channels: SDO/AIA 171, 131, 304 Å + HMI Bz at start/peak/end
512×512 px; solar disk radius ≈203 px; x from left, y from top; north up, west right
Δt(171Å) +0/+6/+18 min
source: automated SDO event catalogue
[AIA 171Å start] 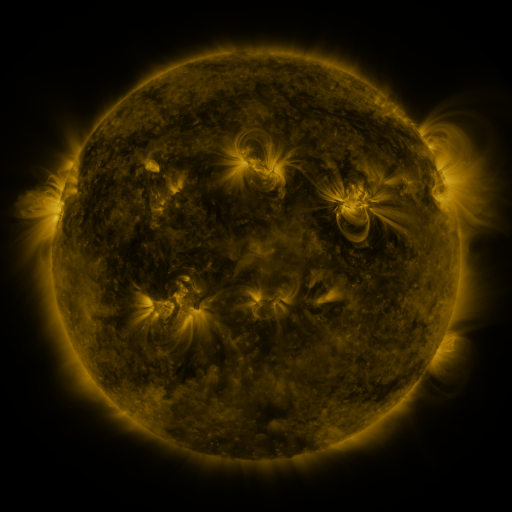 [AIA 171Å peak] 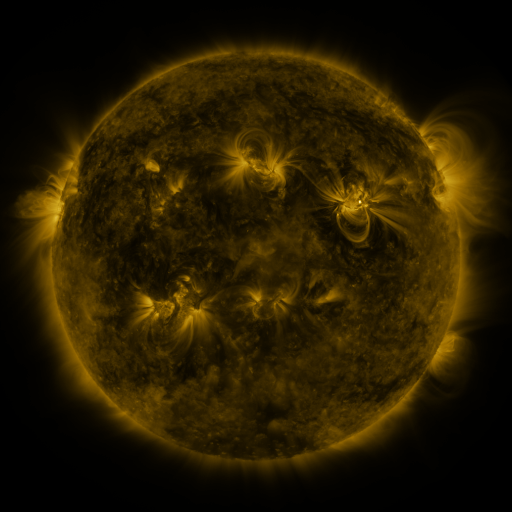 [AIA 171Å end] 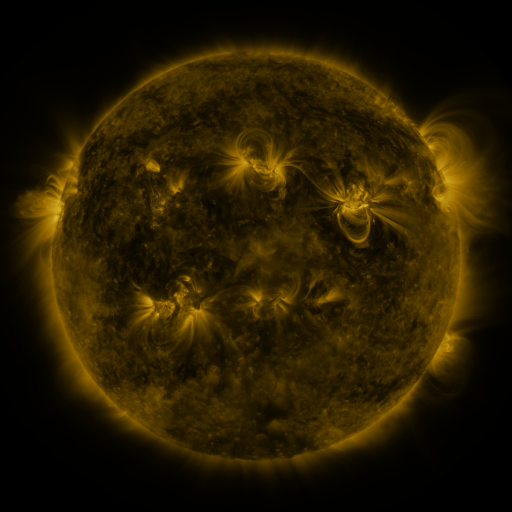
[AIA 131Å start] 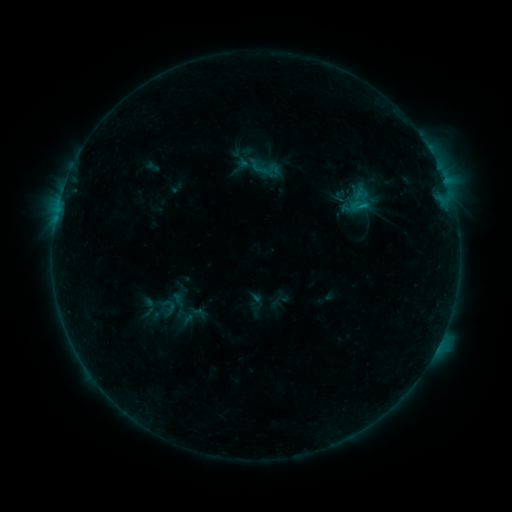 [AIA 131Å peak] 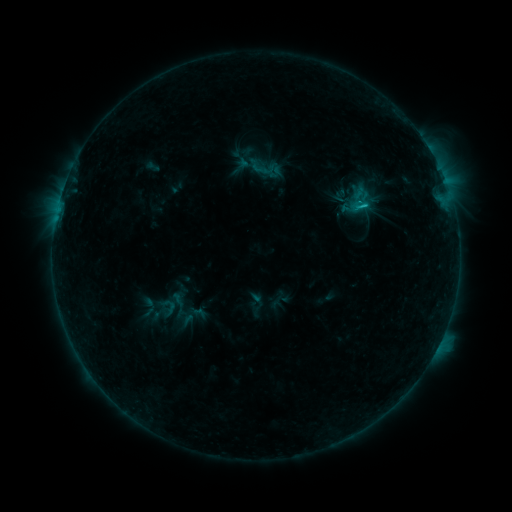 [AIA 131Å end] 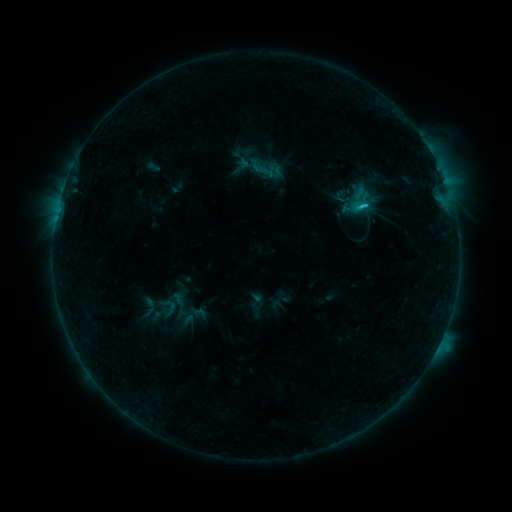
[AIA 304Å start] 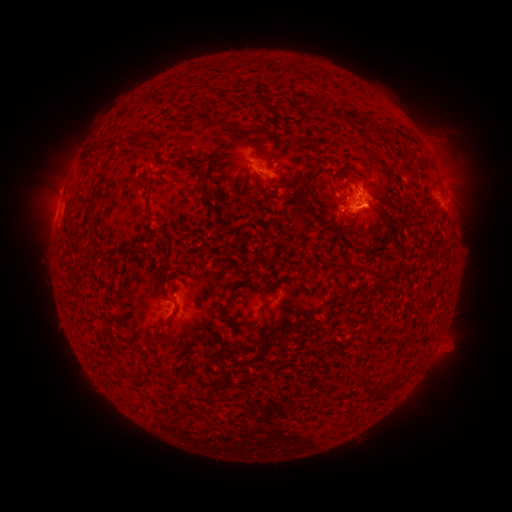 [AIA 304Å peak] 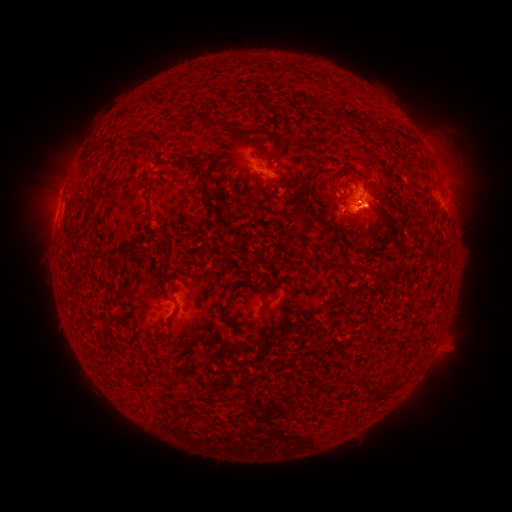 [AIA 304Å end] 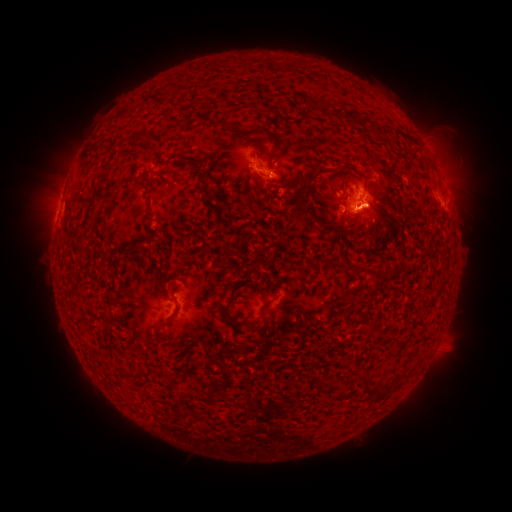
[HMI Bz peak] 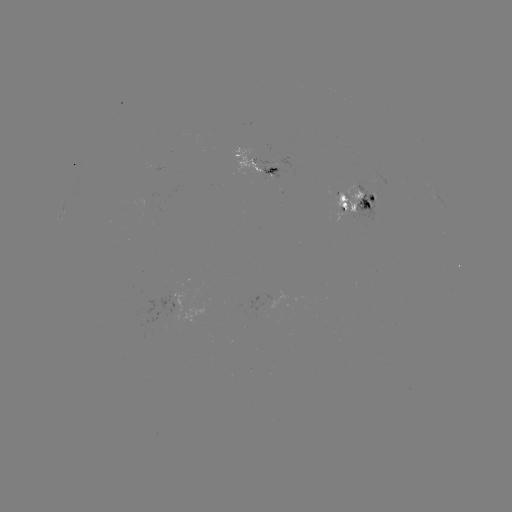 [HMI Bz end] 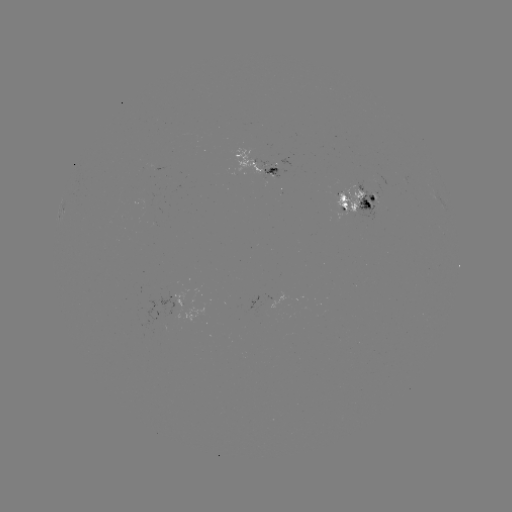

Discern C2.0 flare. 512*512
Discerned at (363, 206).